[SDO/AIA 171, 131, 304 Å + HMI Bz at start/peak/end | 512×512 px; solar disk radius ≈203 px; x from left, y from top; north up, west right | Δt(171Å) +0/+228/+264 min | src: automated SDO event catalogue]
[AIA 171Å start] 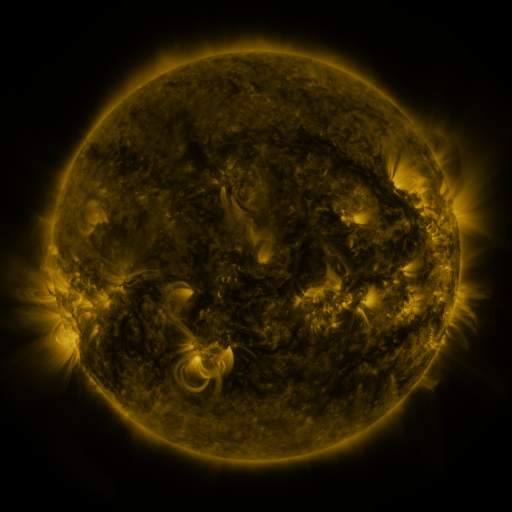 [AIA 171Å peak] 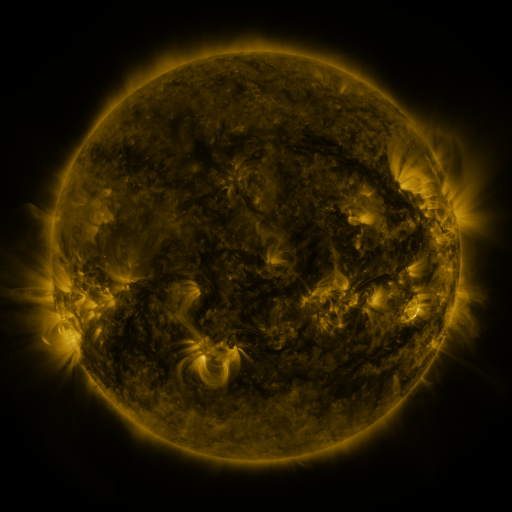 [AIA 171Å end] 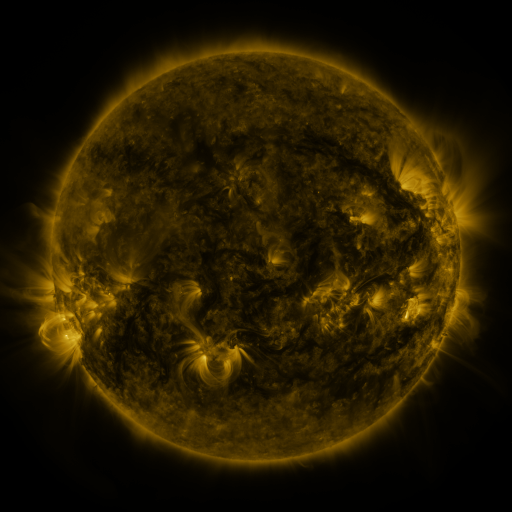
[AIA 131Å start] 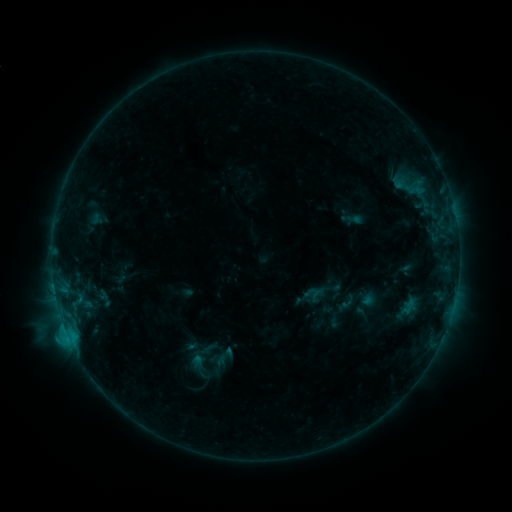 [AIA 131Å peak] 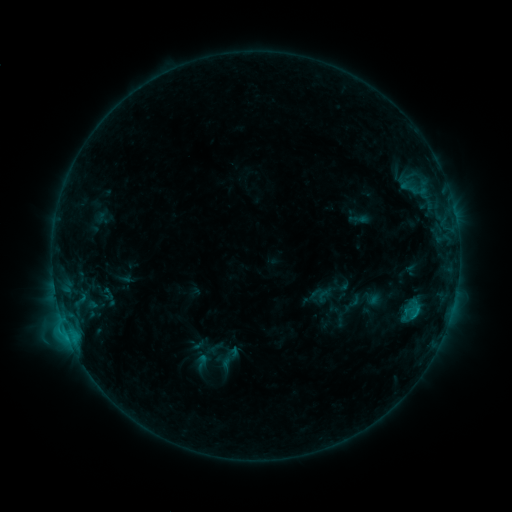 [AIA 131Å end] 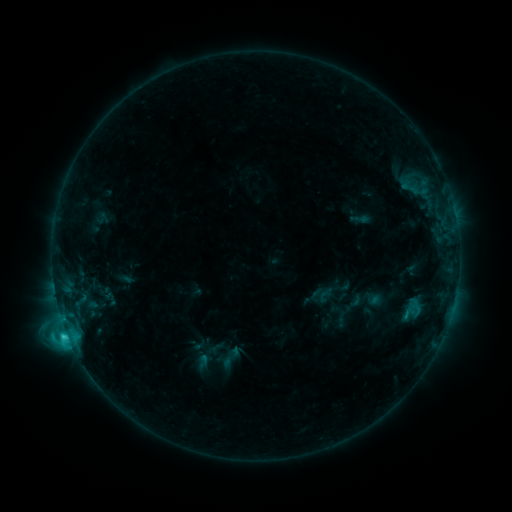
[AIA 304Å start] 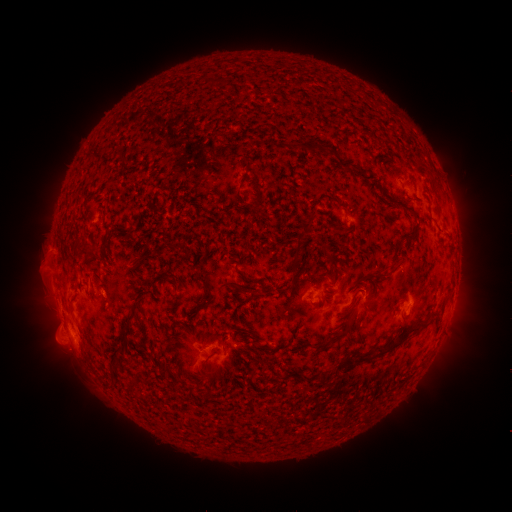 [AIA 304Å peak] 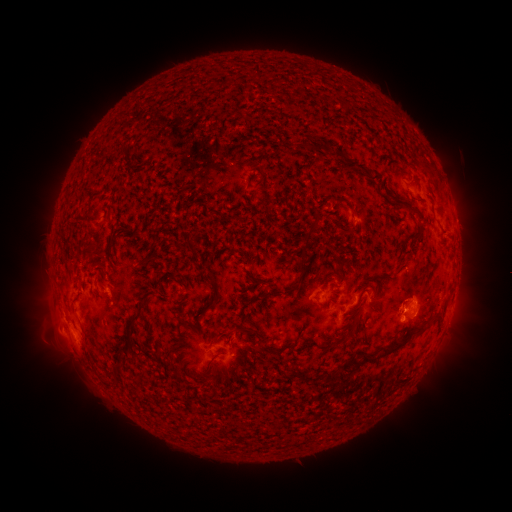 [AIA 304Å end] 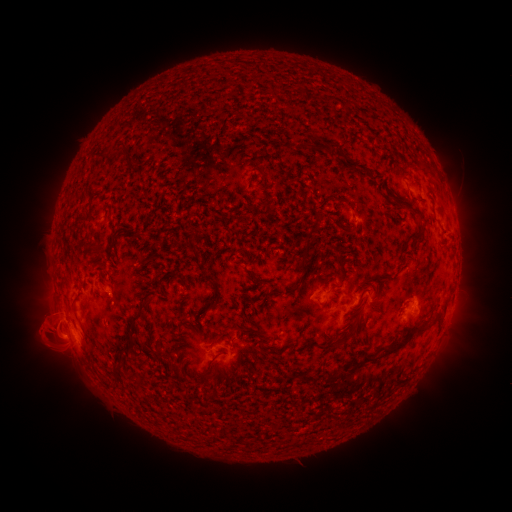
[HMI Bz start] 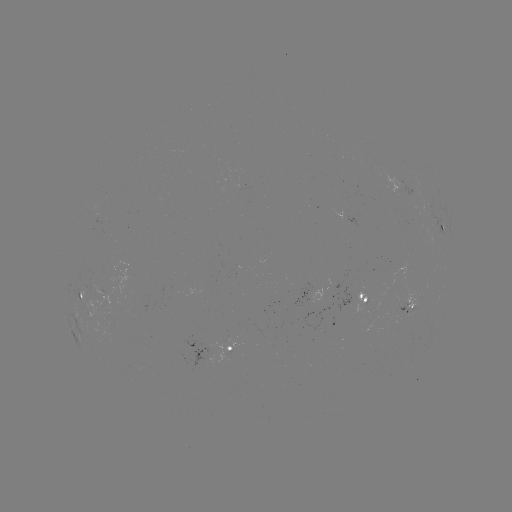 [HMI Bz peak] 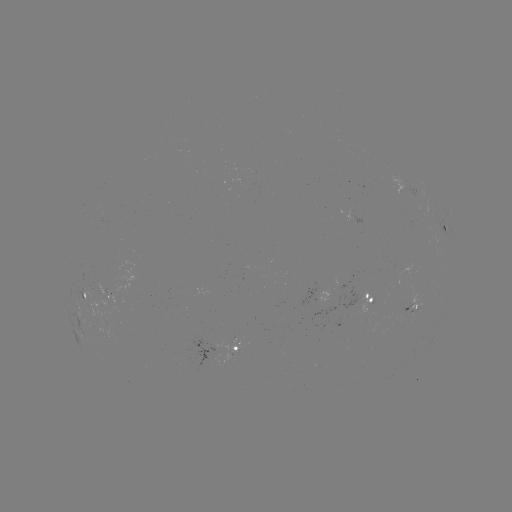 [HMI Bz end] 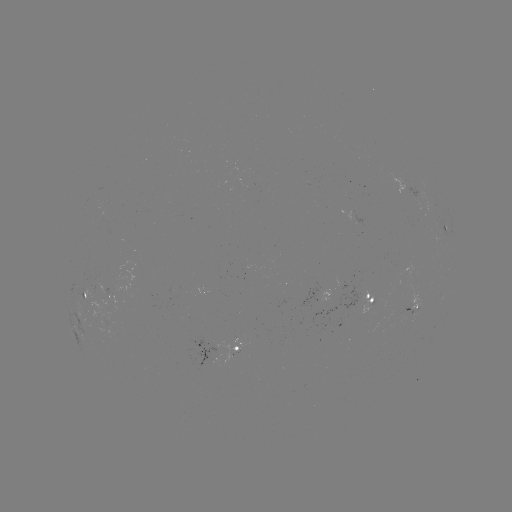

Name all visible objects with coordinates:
emerging-flux region: (87, 291)
